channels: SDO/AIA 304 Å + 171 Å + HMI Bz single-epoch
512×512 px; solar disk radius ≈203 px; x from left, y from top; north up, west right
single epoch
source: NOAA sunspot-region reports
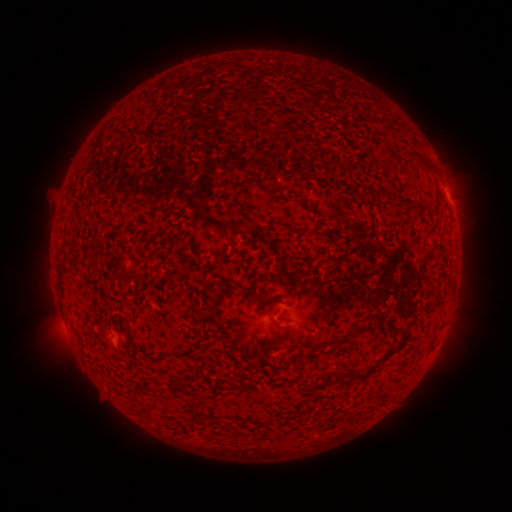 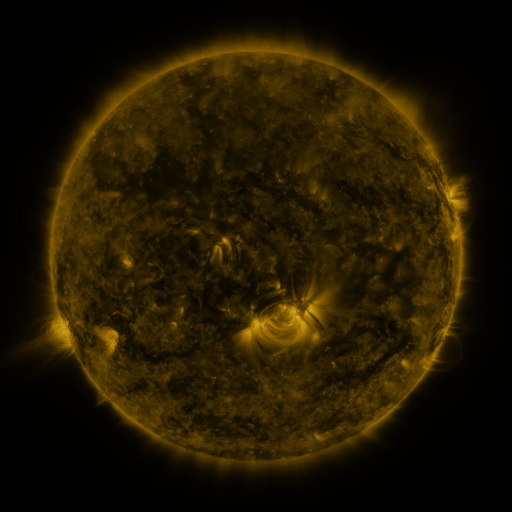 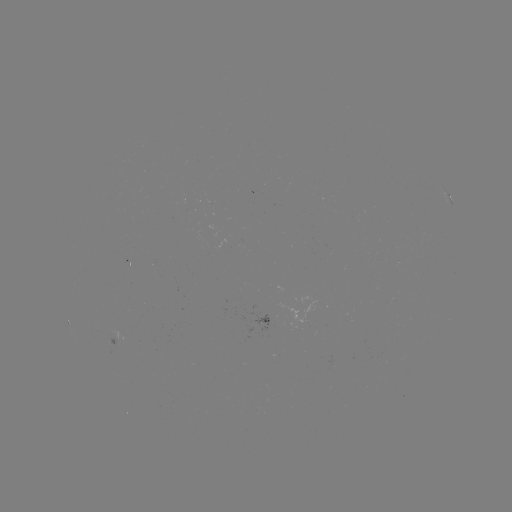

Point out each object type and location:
spotted active region: (450, 201)
spotted active region: (127, 337)
